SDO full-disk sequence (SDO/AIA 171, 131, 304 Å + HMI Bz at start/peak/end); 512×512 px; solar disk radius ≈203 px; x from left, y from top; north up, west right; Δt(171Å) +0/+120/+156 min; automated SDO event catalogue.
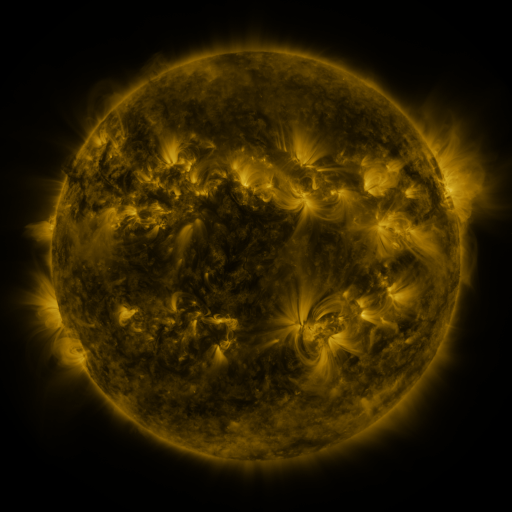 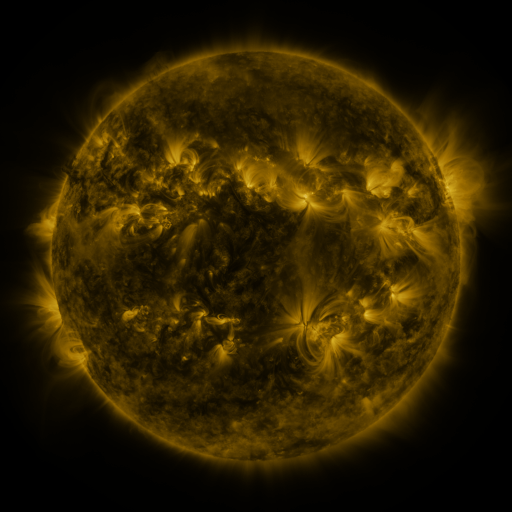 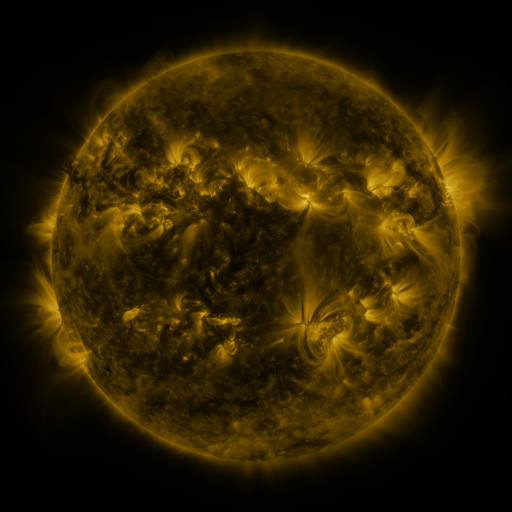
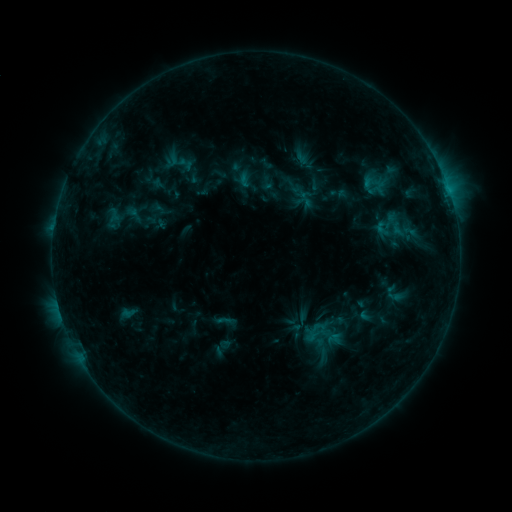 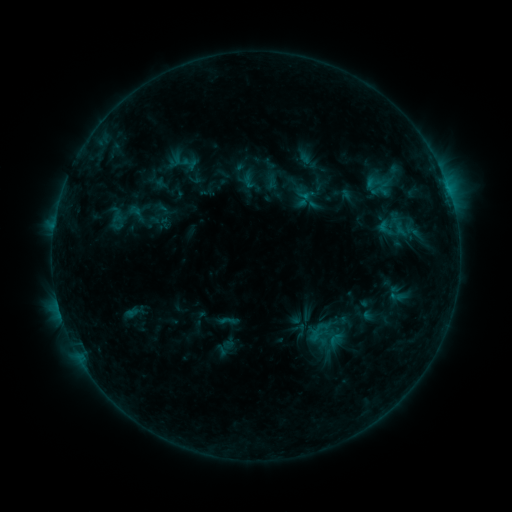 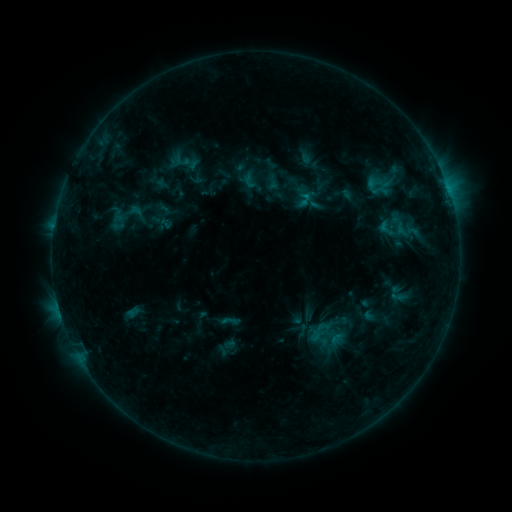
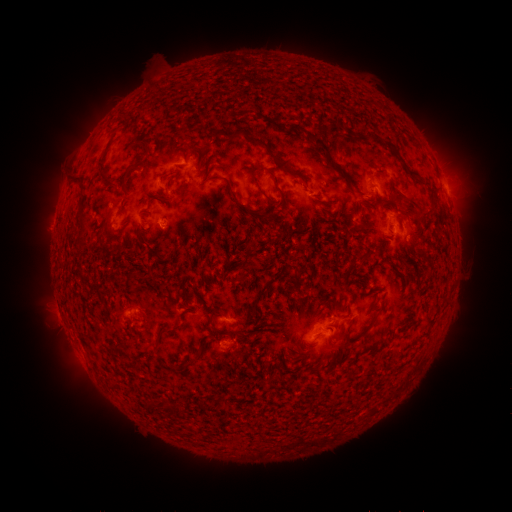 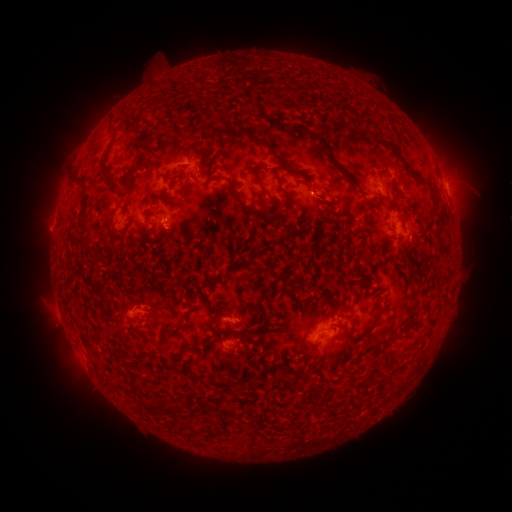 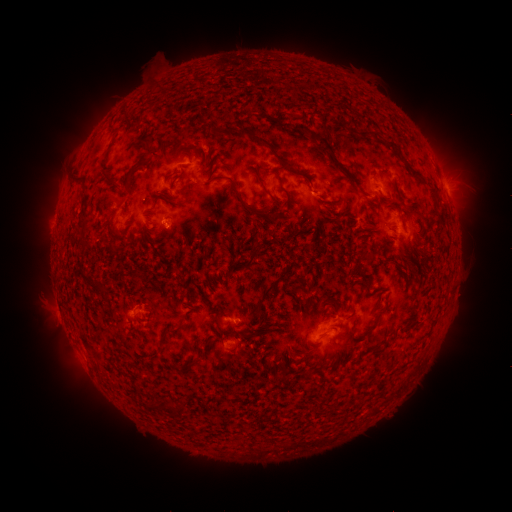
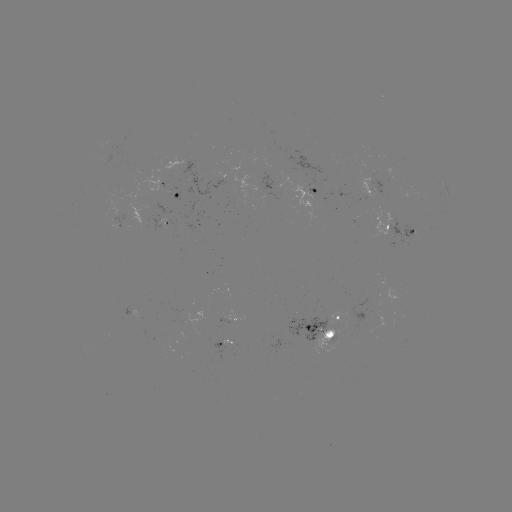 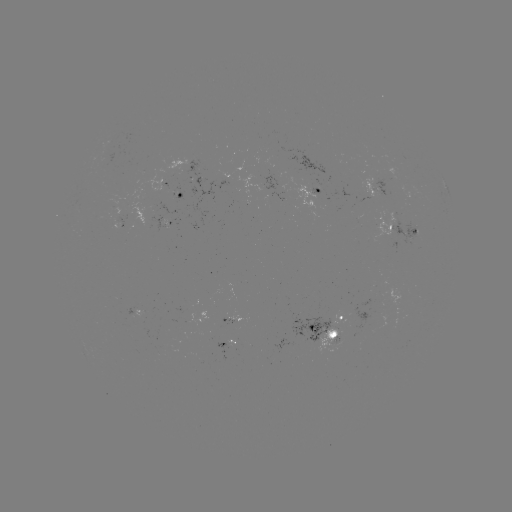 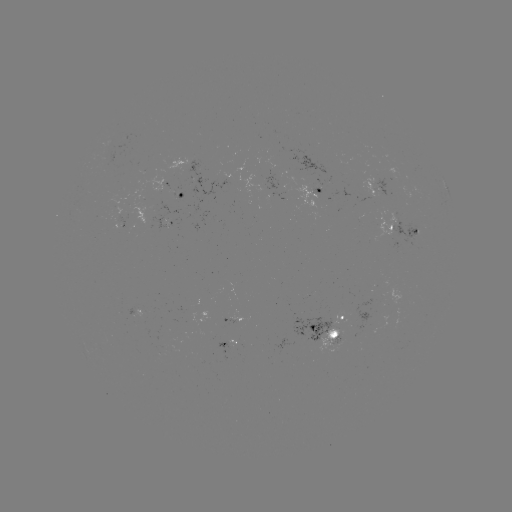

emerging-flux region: (291, 185, 321, 221)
